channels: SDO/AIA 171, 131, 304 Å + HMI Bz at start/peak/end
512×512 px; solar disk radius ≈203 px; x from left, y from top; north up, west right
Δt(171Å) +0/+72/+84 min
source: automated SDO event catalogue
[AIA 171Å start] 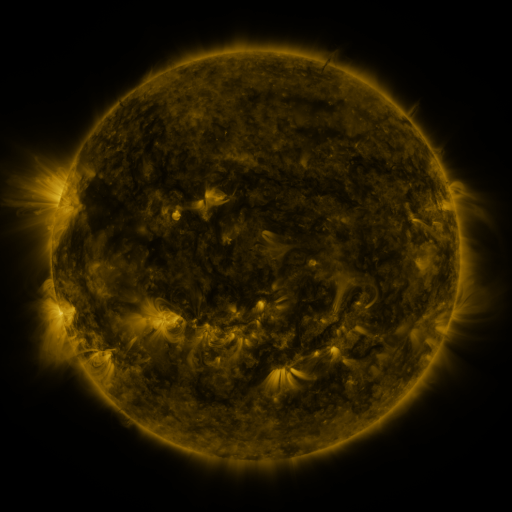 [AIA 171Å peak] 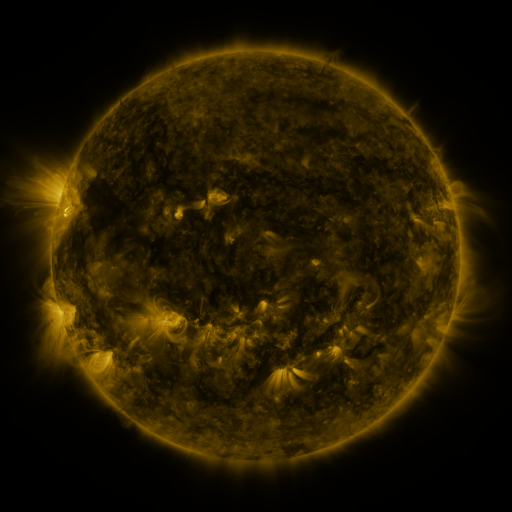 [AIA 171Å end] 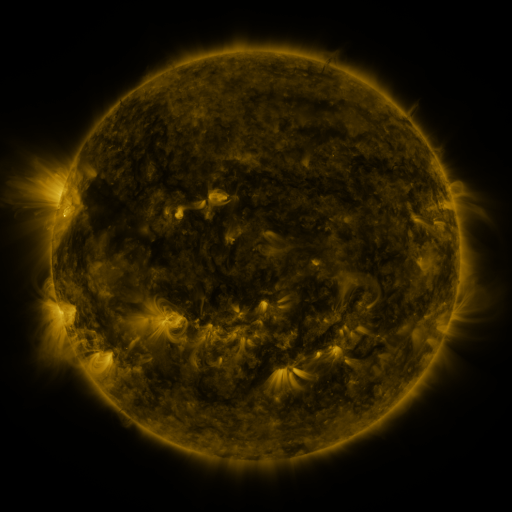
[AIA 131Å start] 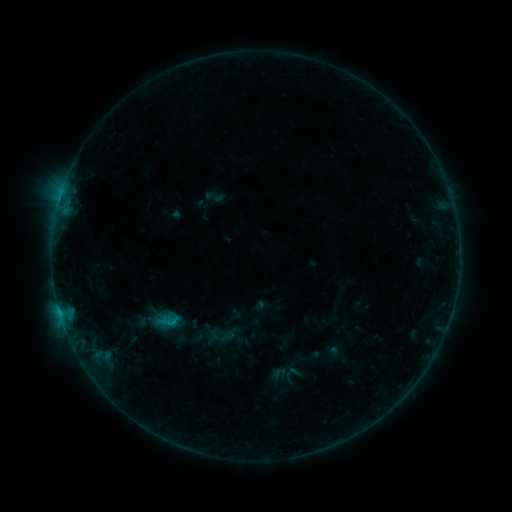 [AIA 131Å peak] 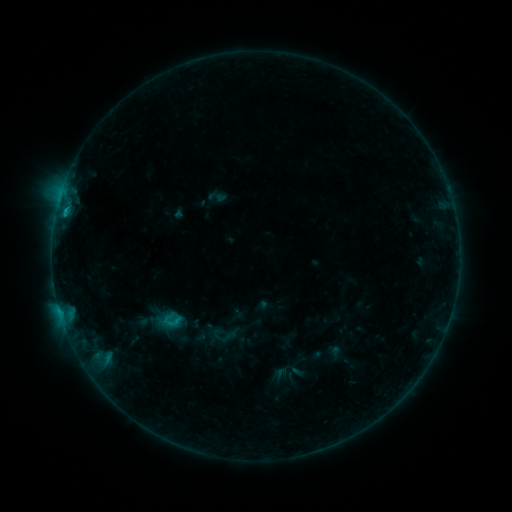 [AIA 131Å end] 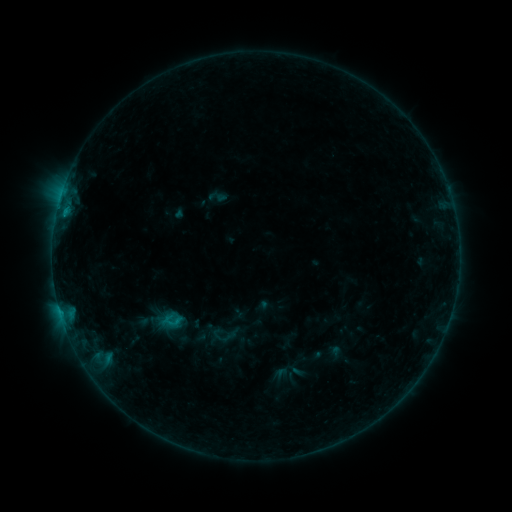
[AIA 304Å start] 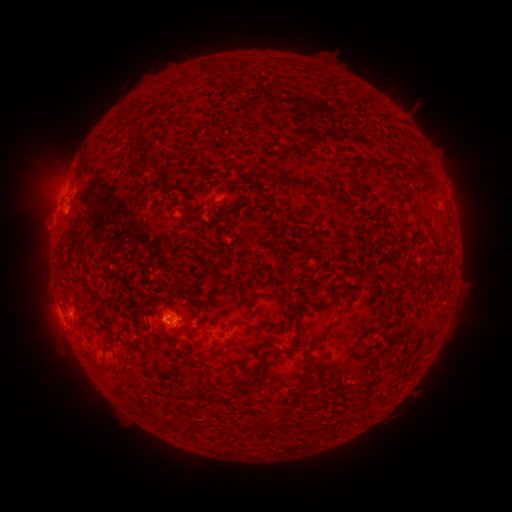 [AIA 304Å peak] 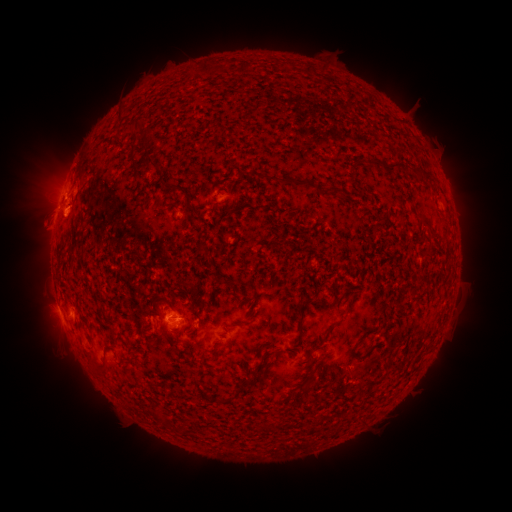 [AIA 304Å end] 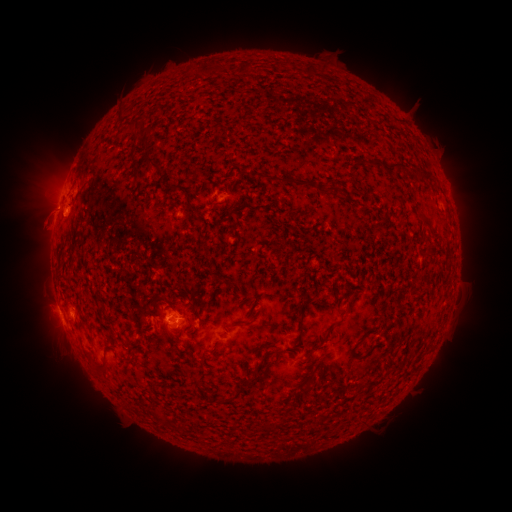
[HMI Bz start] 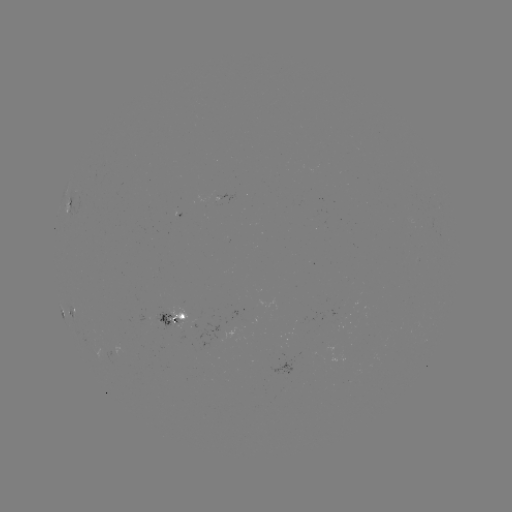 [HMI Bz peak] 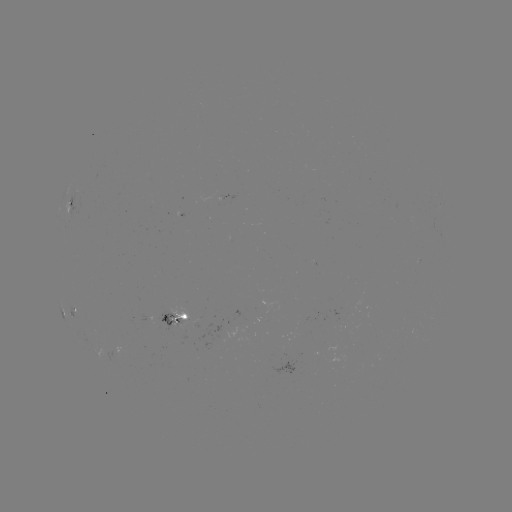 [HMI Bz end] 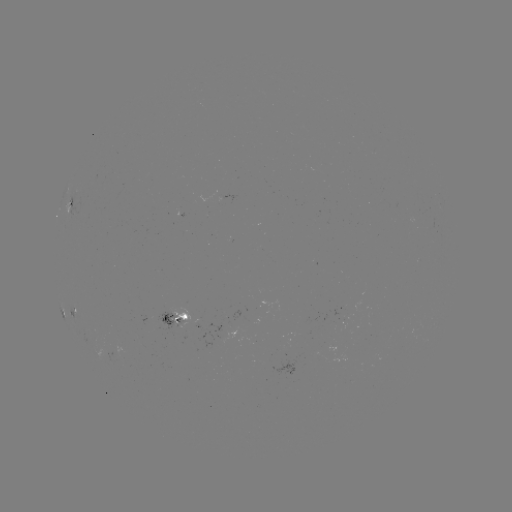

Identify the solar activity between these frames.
emerging-flux region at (159, 320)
